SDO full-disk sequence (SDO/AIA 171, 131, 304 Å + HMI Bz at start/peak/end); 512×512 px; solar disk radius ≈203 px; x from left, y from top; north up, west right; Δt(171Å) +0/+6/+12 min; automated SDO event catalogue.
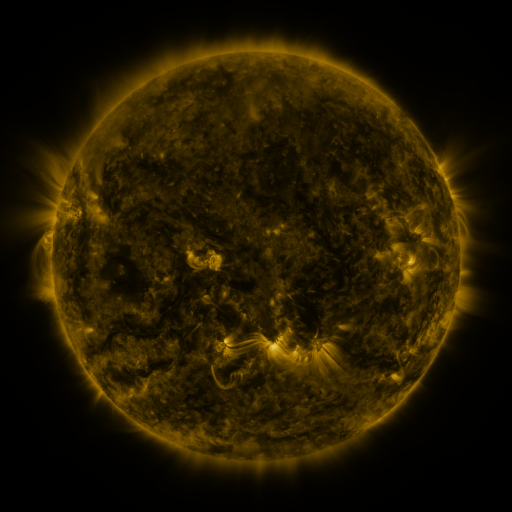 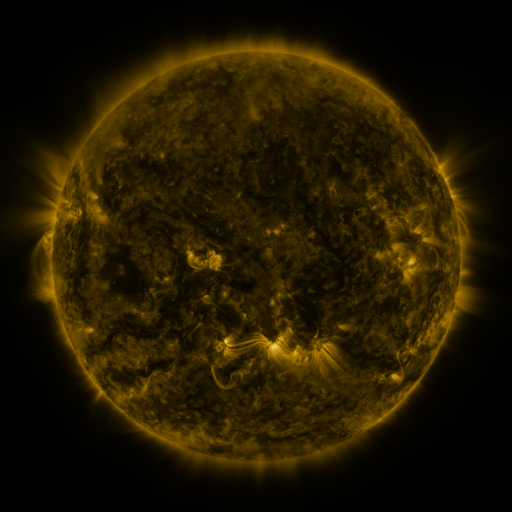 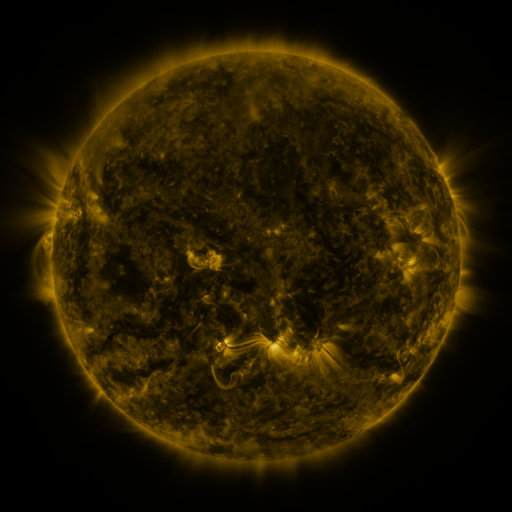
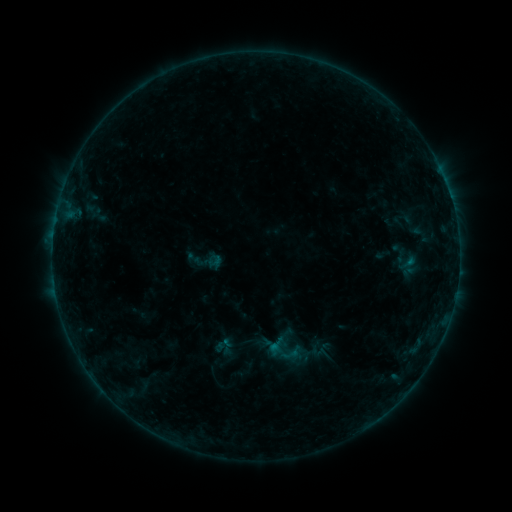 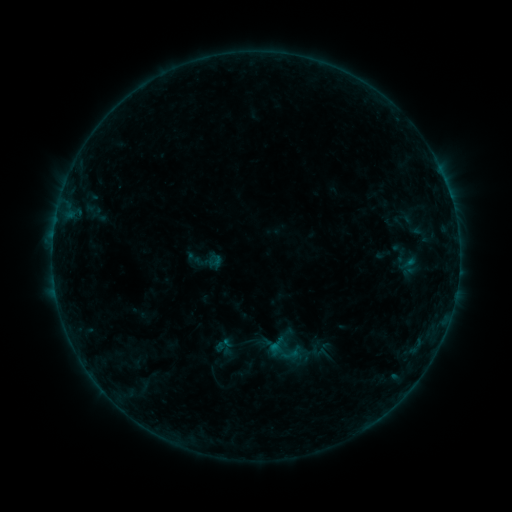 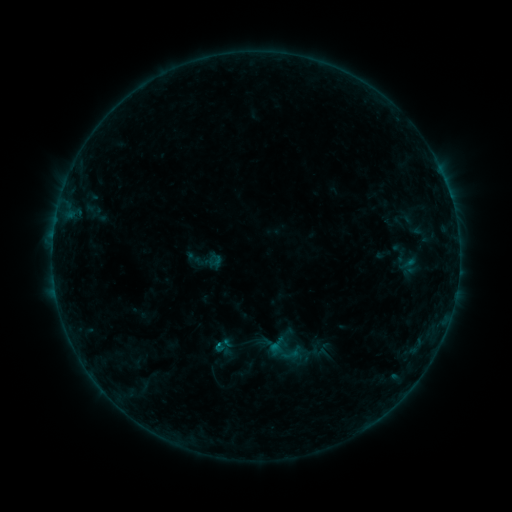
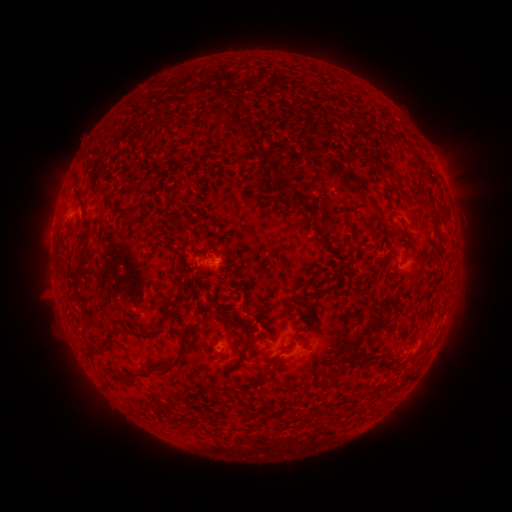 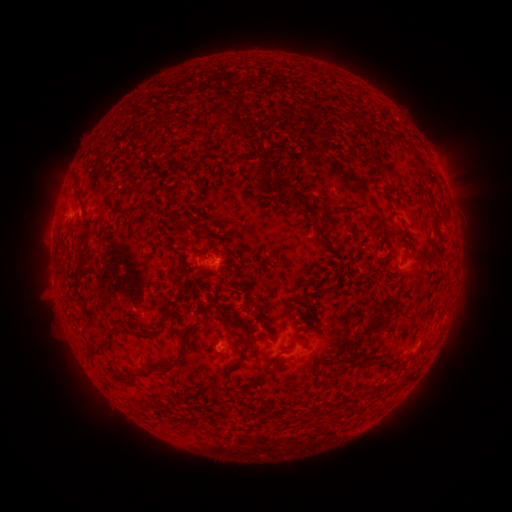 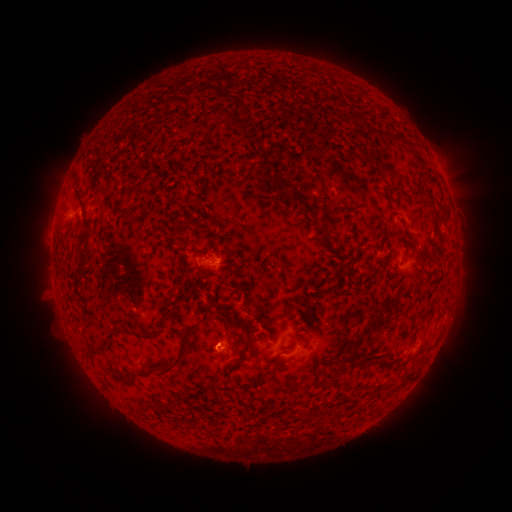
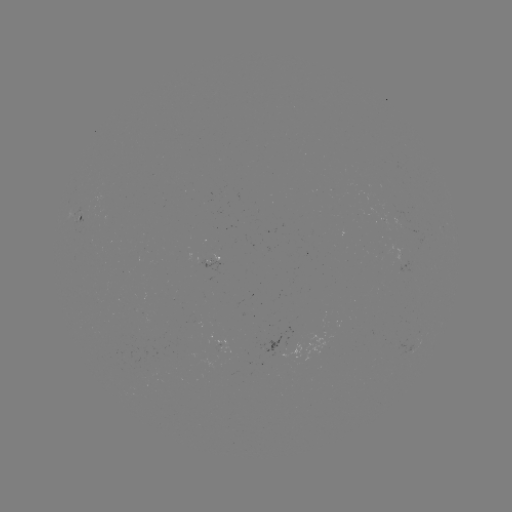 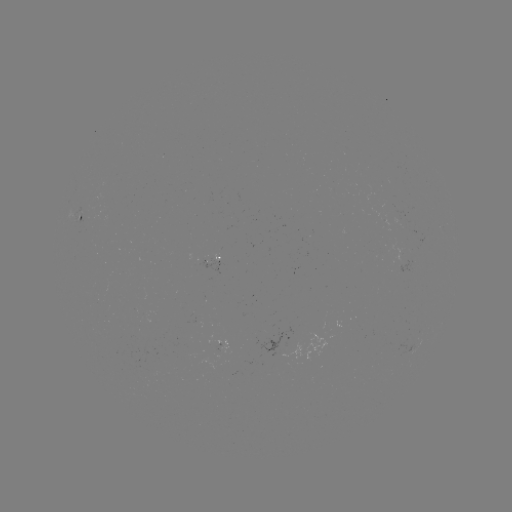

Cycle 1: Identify B3.0 flare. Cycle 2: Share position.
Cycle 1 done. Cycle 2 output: (218, 342).